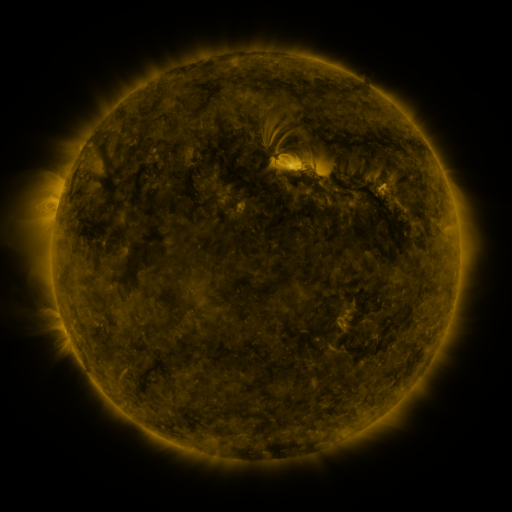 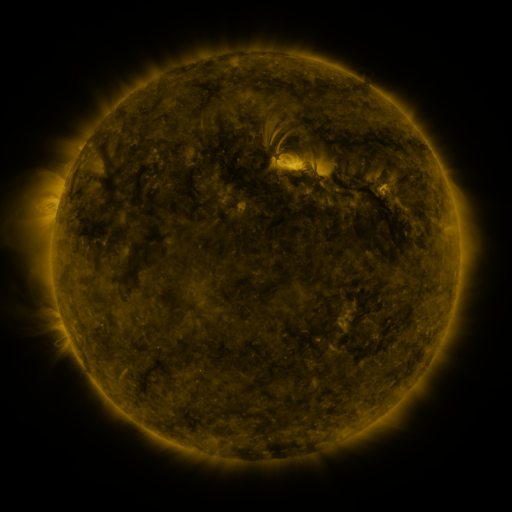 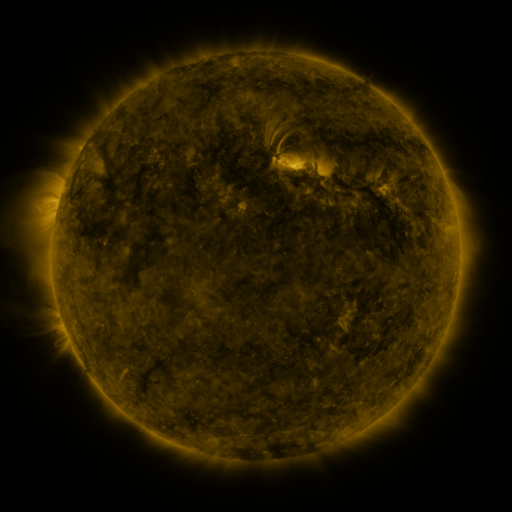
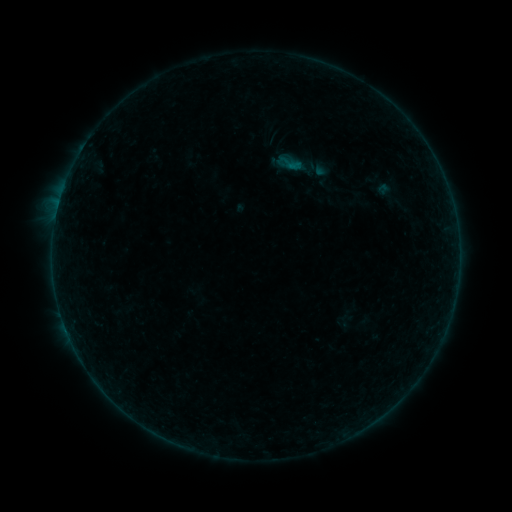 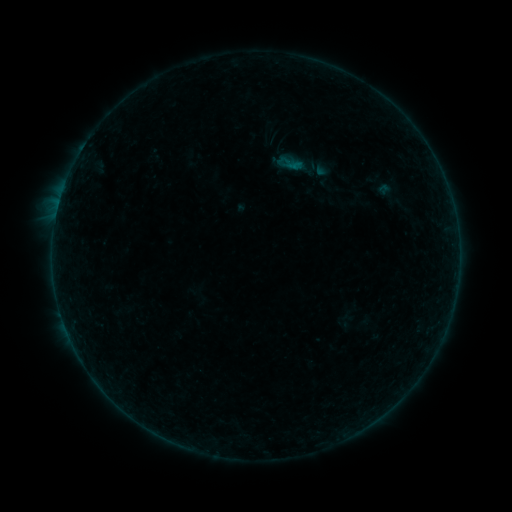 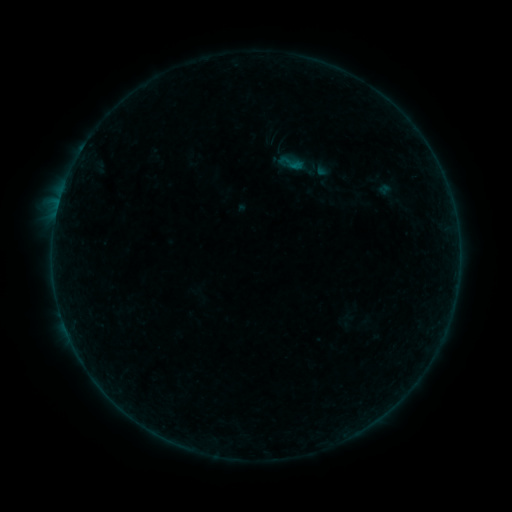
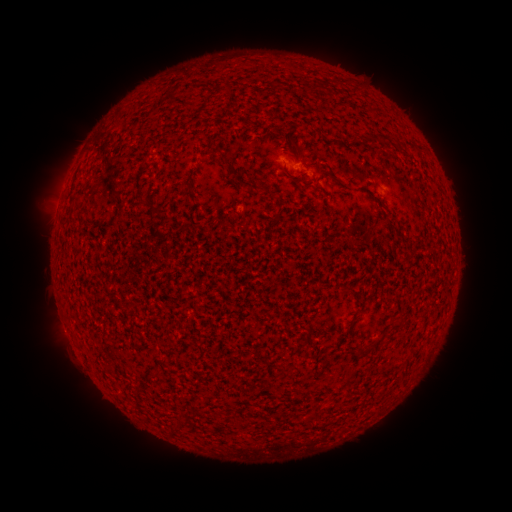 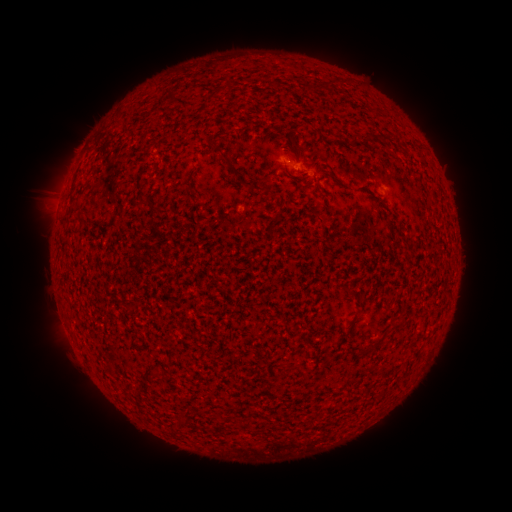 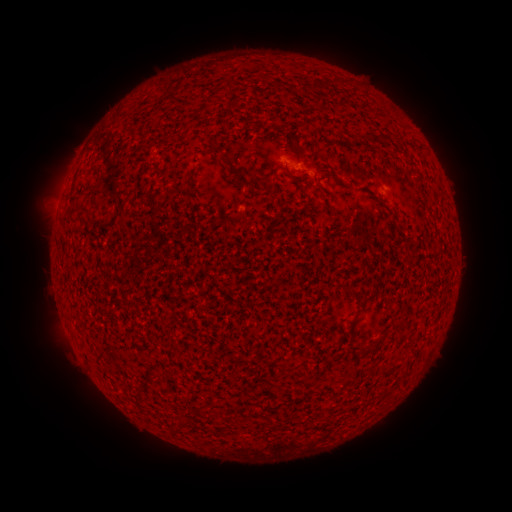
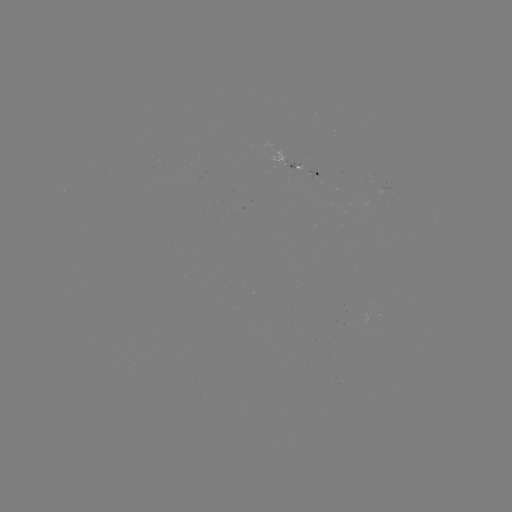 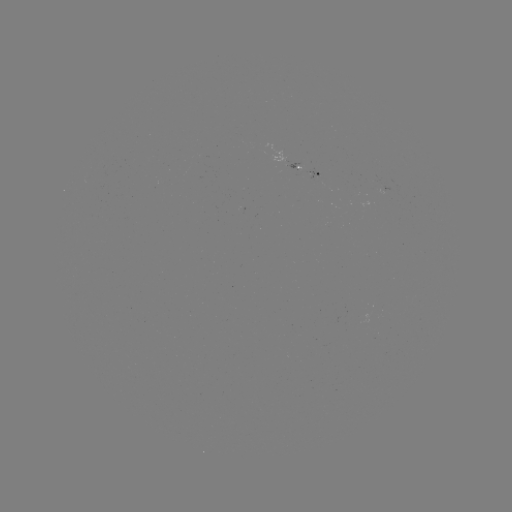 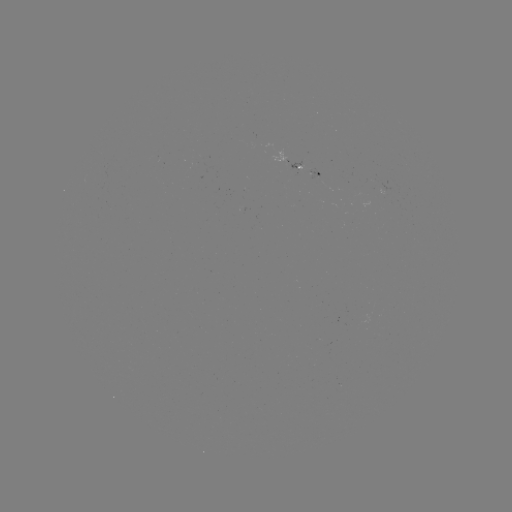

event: filament eruption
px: (39, 196)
